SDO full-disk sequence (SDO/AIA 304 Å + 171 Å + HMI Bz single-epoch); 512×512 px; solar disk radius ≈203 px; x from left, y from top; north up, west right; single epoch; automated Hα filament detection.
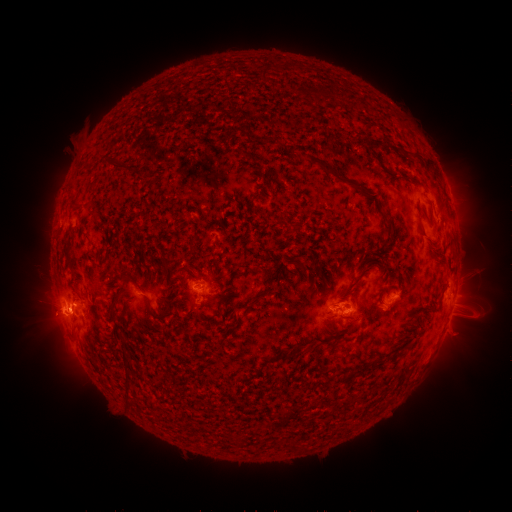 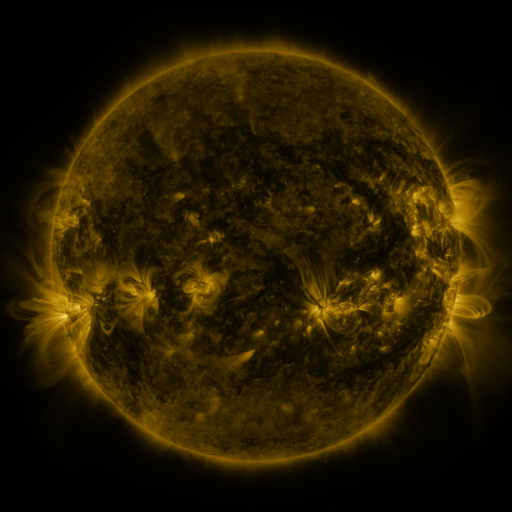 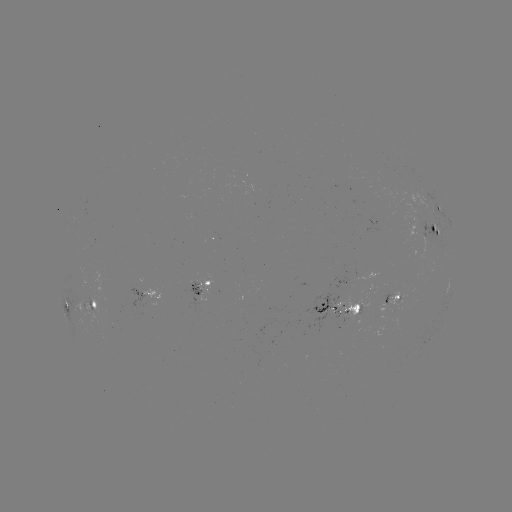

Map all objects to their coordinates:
filament: [237, 147, 253, 160]
filament: [303, 153, 322, 164]
filament: [413, 153, 424, 160]
filament: [111, 158, 123, 167]
filament: [323, 163, 338, 176]
filament: [355, 184, 367, 195]
filament: [381, 223, 393, 250]
filament: [430, 224, 437, 235]
filament: [418, 225, 427, 239]
filament: [339, 272, 365, 297]
filament: [110, 292, 122, 304]
filament: [207, 294, 216, 305]
filament: [241, 304, 250, 316]
filament: [148, 309, 165, 320]
filament: [111, 310, 117, 320]
filament: [286, 347, 297, 358]
filament: [120, 350, 126, 361]
filament: [345, 372, 357, 379]
filament: [123, 399, 134, 406]
